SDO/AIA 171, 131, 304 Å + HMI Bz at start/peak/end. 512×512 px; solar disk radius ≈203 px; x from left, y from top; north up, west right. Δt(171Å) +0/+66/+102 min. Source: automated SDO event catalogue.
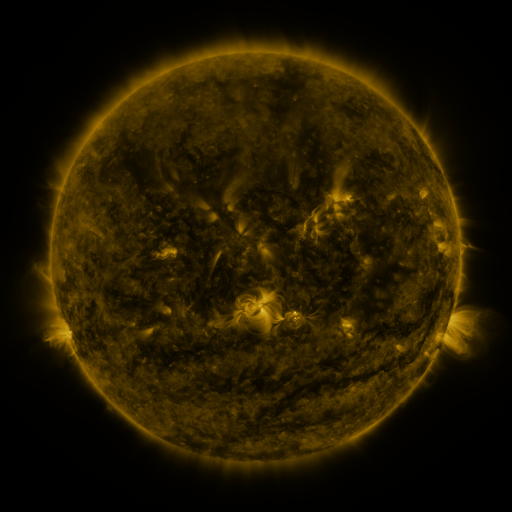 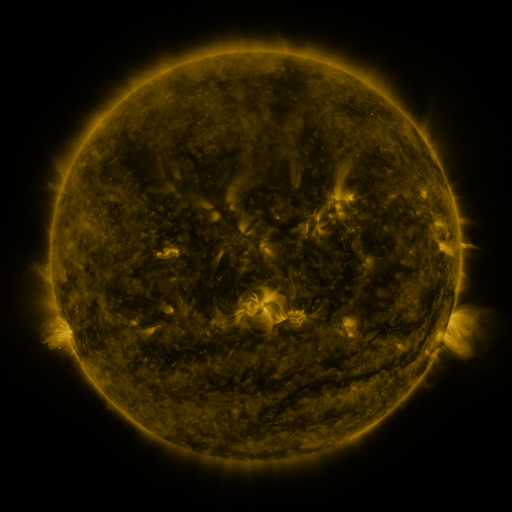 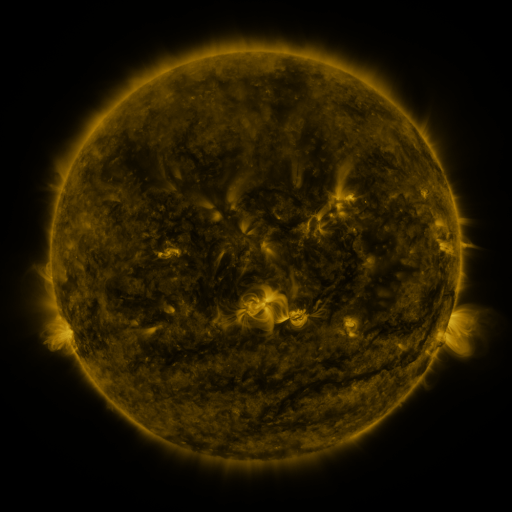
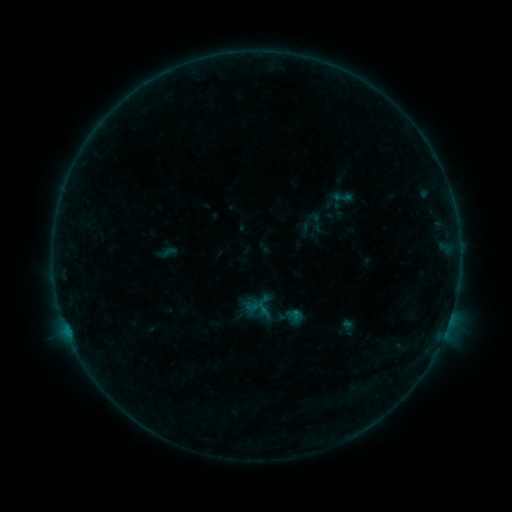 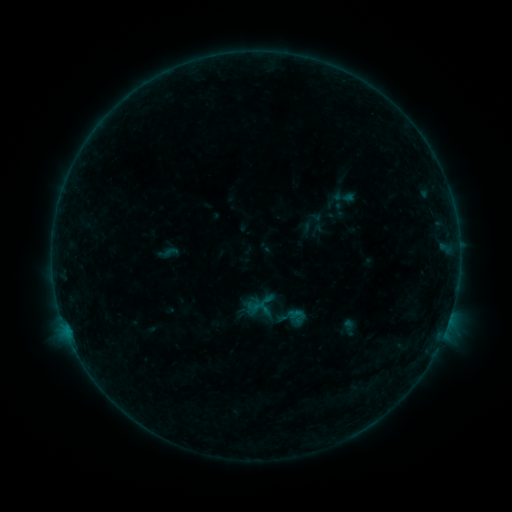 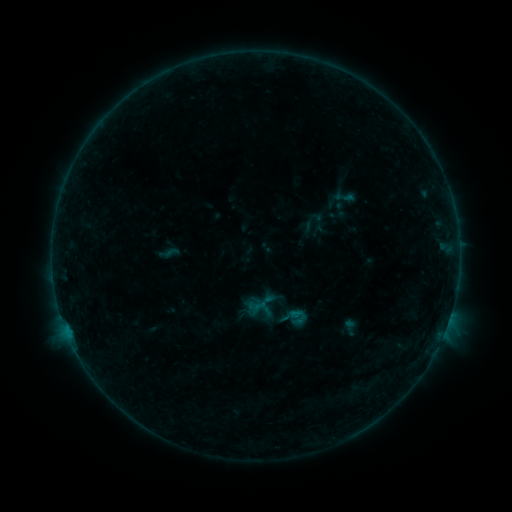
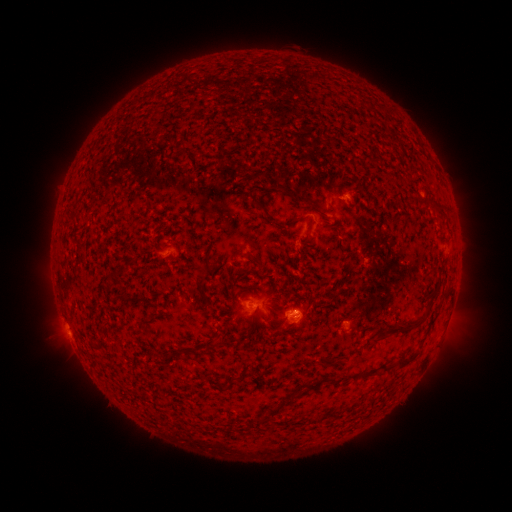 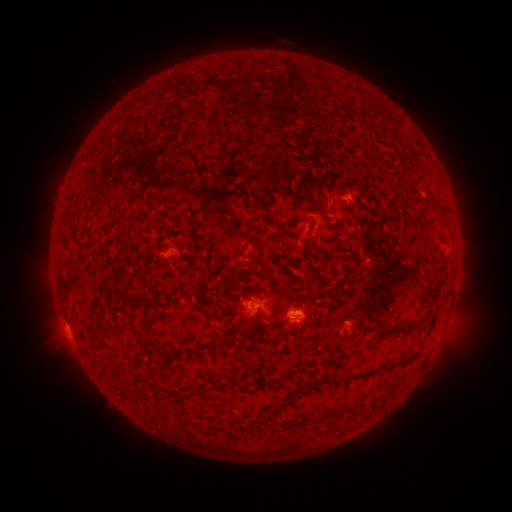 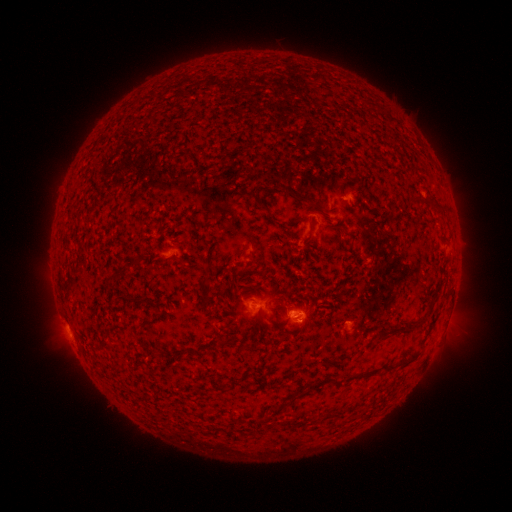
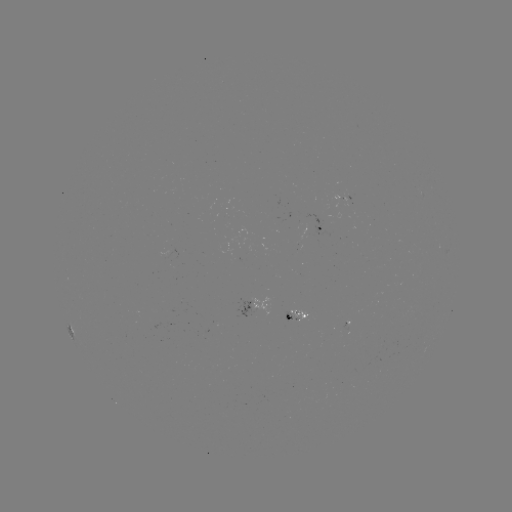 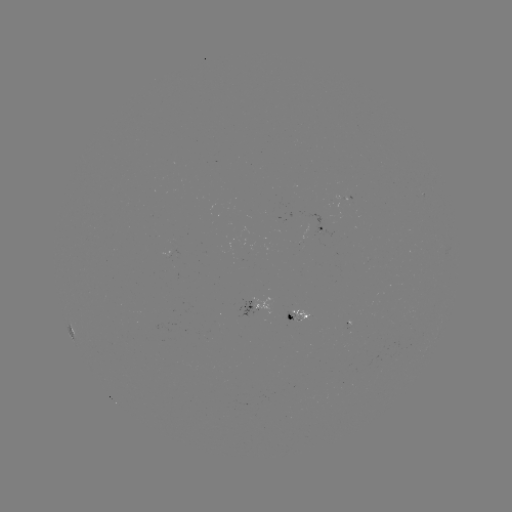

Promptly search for emerging-flux region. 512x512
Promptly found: [301, 238].